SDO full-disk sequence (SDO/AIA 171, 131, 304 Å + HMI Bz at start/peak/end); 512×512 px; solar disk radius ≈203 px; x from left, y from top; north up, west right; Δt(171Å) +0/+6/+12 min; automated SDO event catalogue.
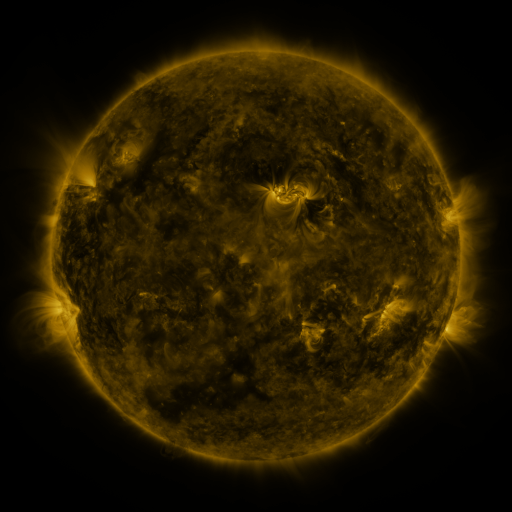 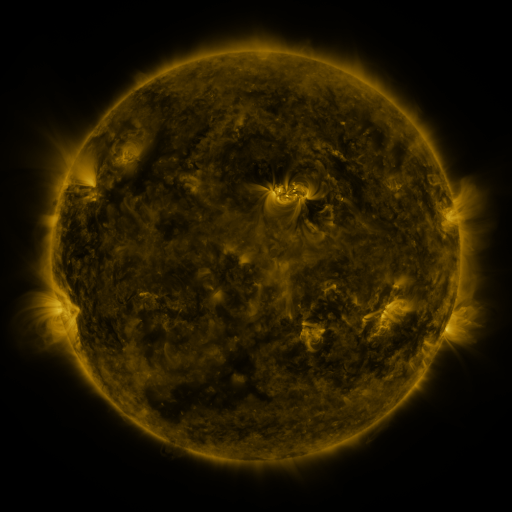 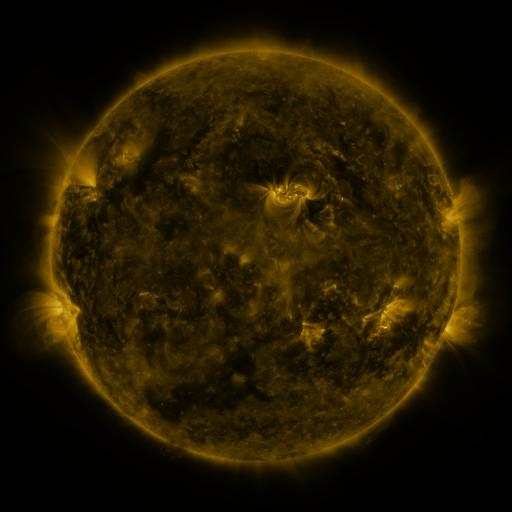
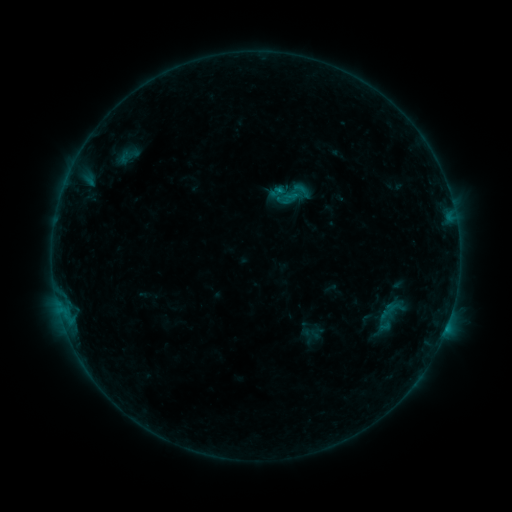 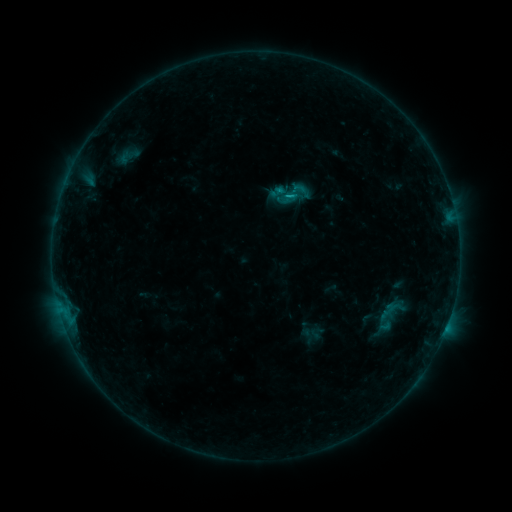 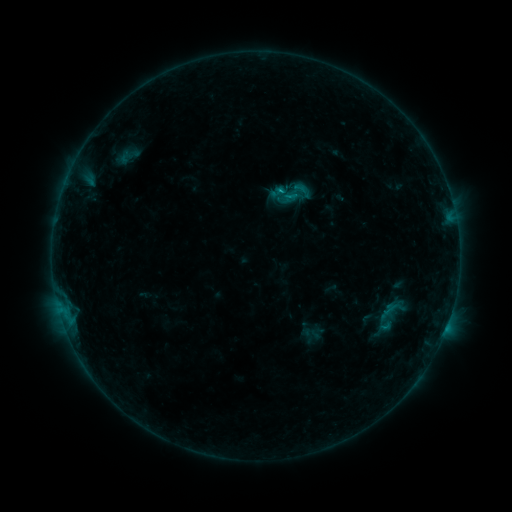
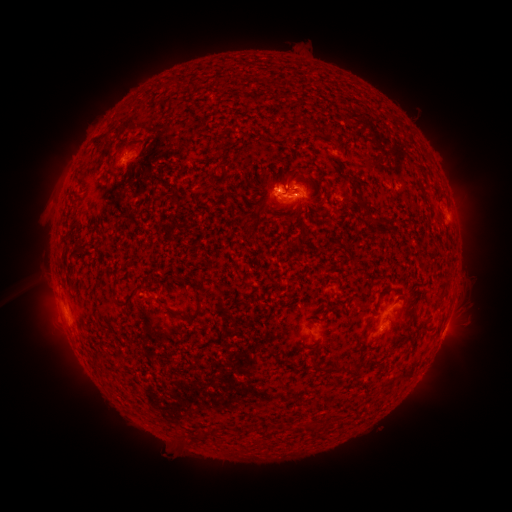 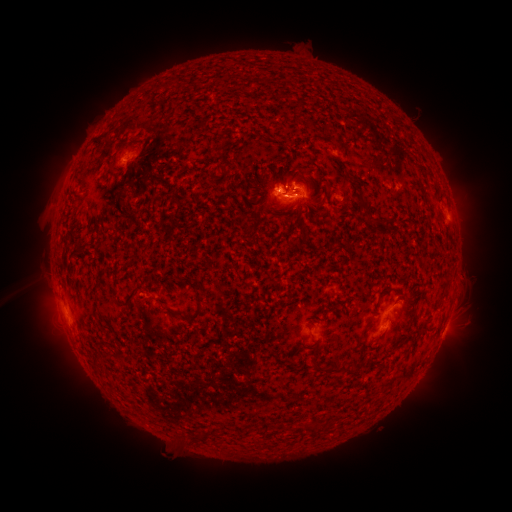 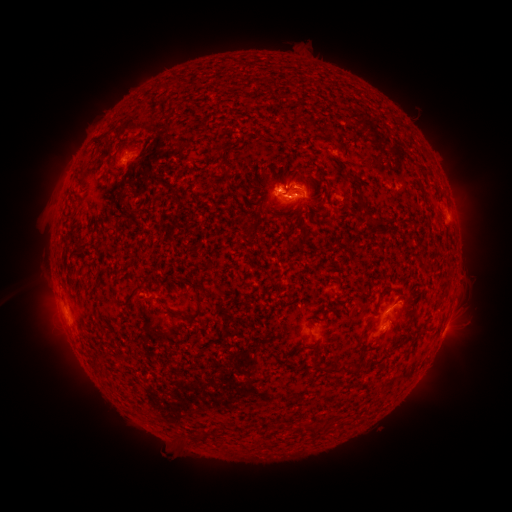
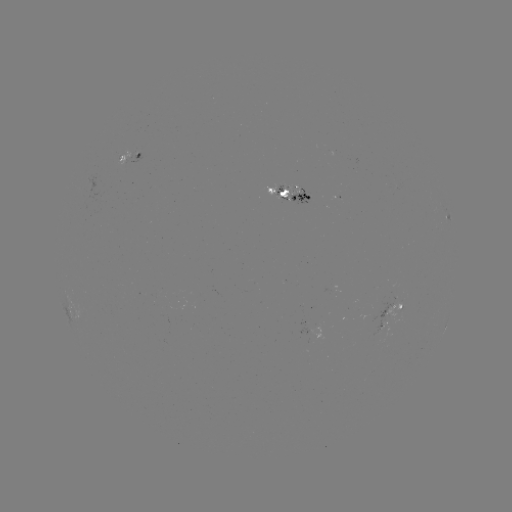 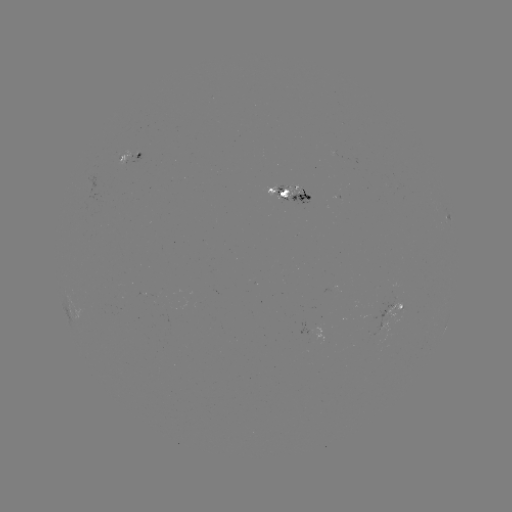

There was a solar flare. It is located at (283, 199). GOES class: B7.0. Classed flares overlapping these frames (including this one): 1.